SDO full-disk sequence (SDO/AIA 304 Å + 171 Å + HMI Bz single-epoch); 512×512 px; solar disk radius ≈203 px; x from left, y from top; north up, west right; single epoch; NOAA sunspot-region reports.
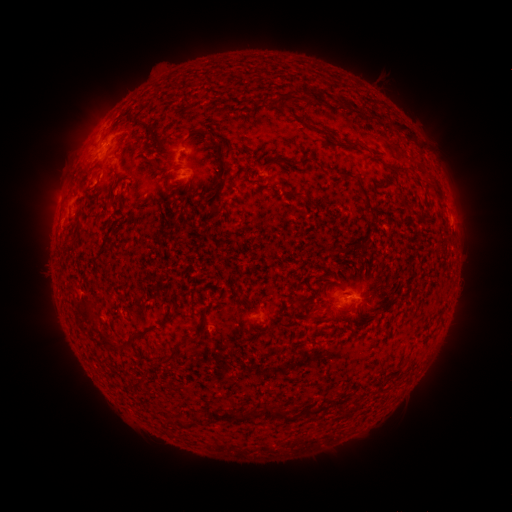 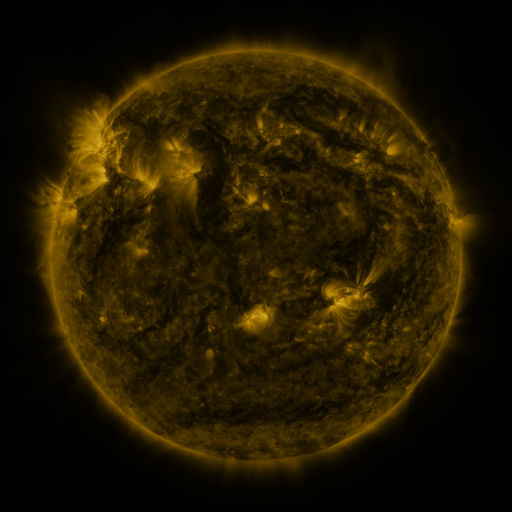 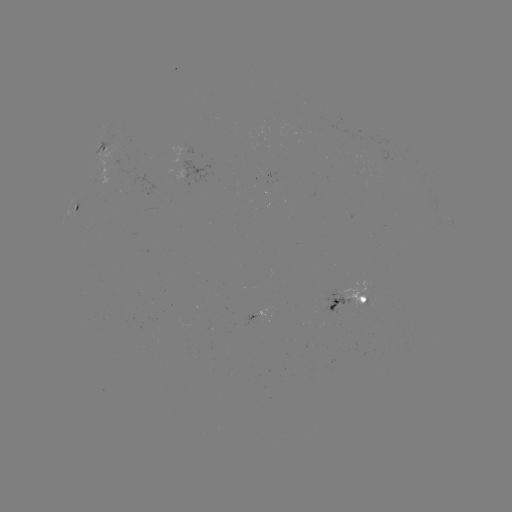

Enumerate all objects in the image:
spotted active region: (99, 156)
spotted active region: (75, 213)
spotted active region: (350, 298)
spotted active region: (259, 316)
